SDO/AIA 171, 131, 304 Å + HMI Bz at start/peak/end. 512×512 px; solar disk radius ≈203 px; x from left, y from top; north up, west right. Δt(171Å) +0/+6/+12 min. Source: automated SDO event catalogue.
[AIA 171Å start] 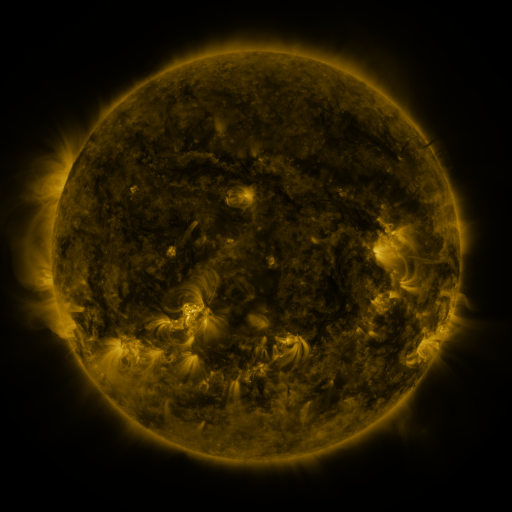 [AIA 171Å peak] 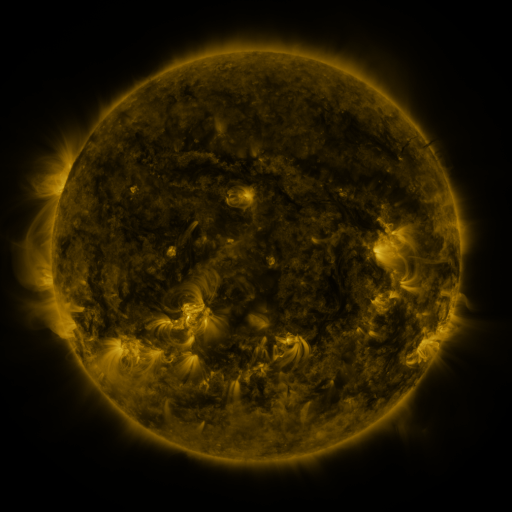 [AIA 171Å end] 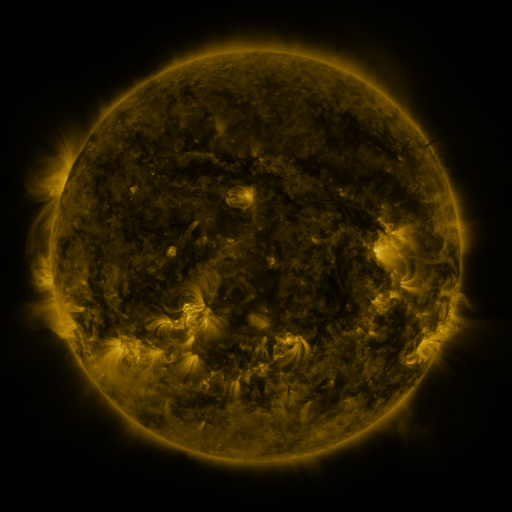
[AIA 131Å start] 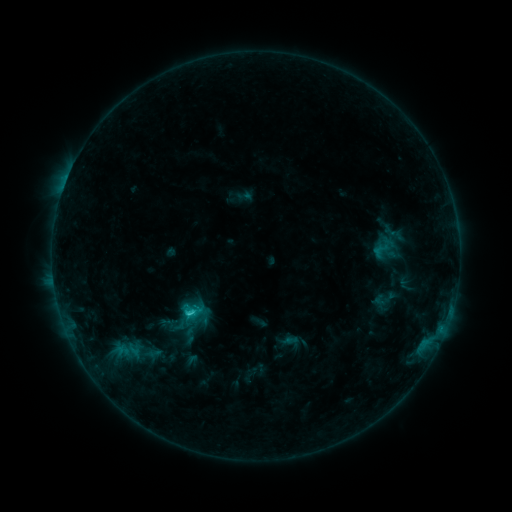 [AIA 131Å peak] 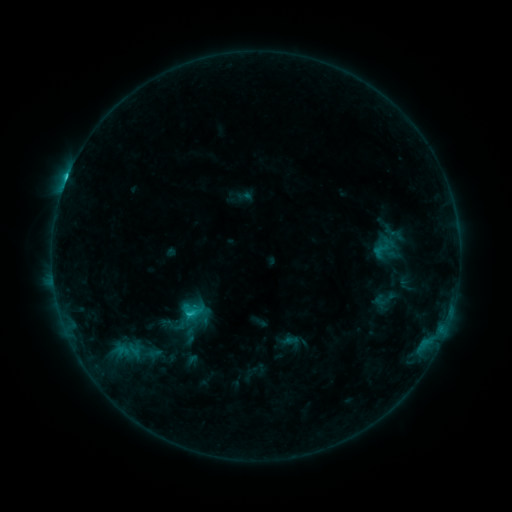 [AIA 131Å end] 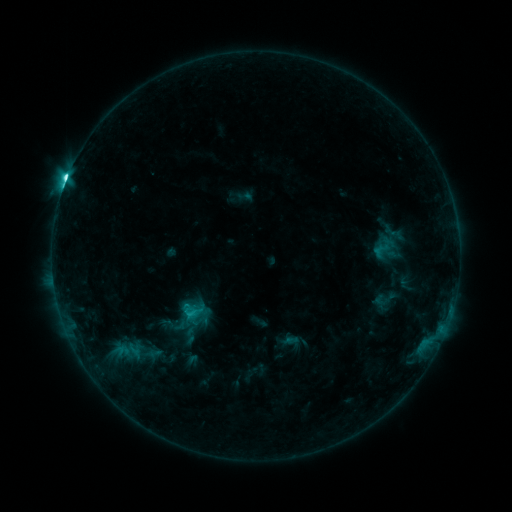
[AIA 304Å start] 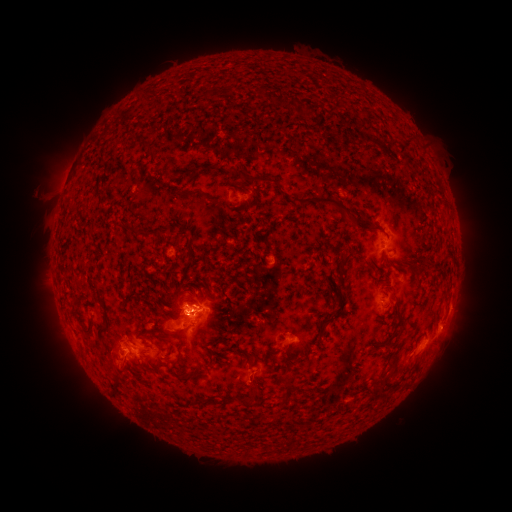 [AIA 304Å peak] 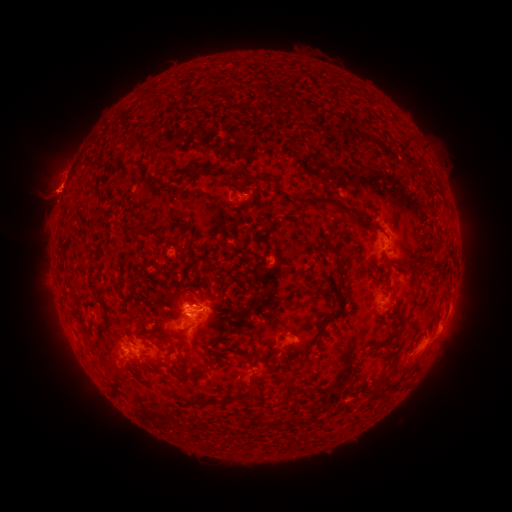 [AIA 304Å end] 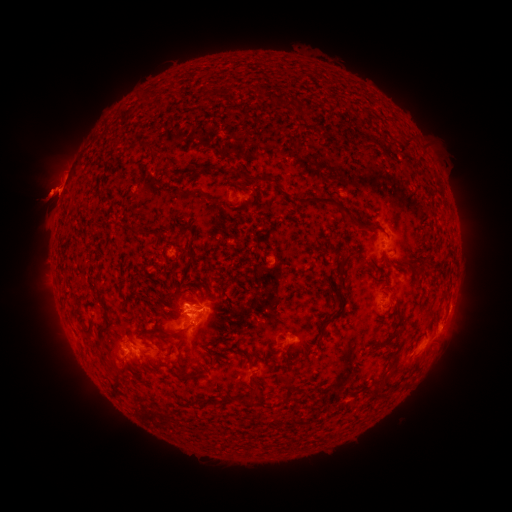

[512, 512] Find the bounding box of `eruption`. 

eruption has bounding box [12, 130, 107, 221].